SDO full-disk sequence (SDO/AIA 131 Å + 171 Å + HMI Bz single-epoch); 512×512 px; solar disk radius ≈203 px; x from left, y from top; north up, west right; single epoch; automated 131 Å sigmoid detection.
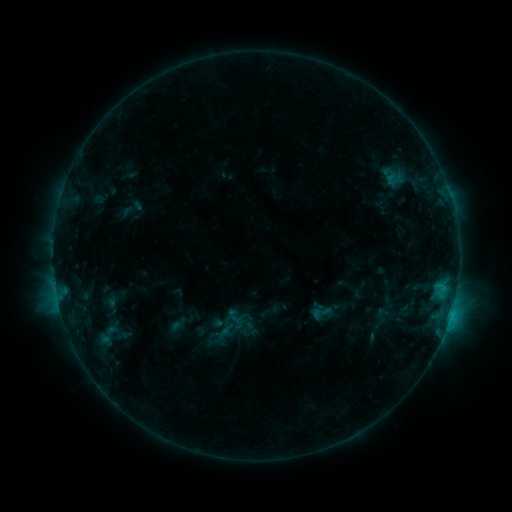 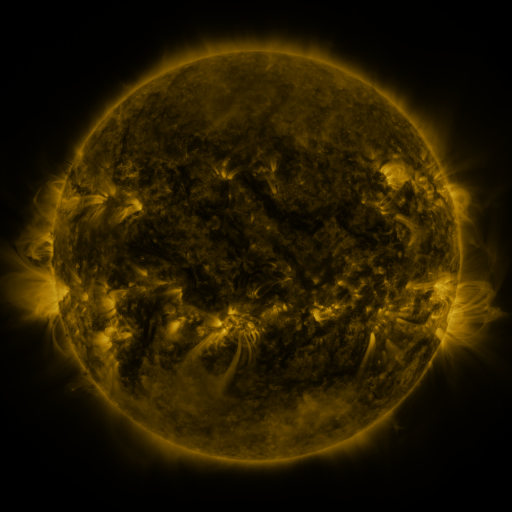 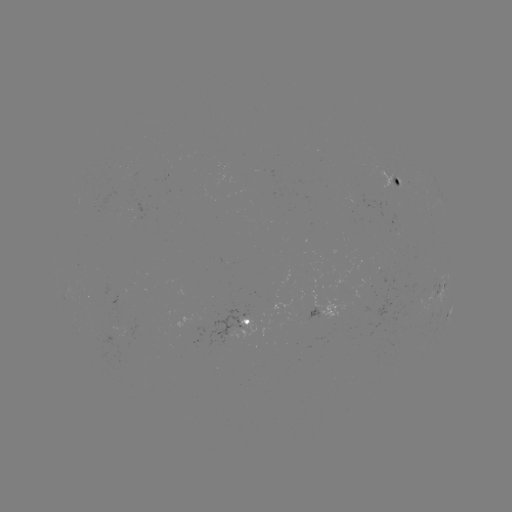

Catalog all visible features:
sigmoid: (310, 301, 332, 324)
sigmoid: (239, 321, 257, 338)
